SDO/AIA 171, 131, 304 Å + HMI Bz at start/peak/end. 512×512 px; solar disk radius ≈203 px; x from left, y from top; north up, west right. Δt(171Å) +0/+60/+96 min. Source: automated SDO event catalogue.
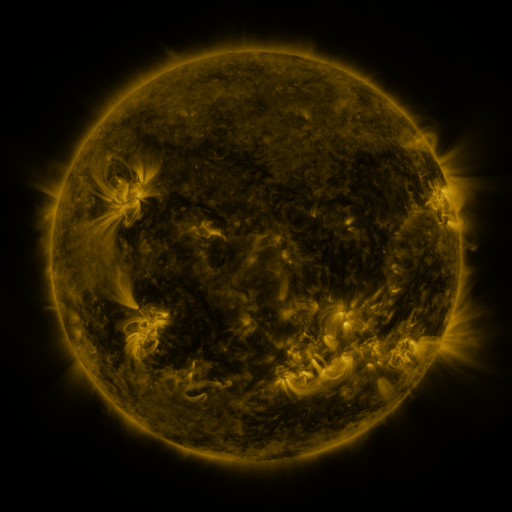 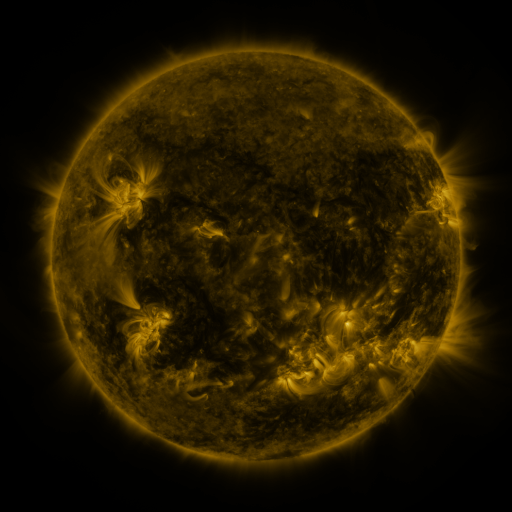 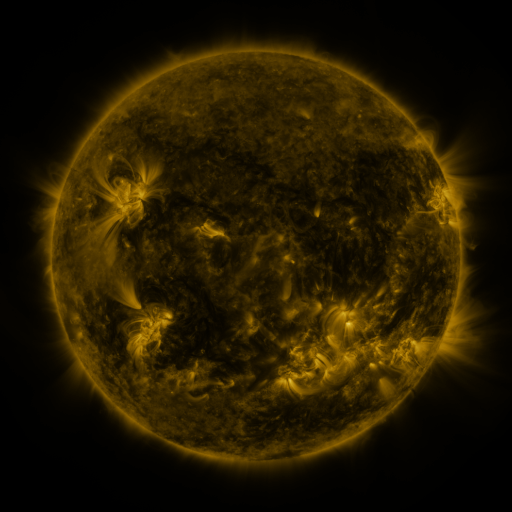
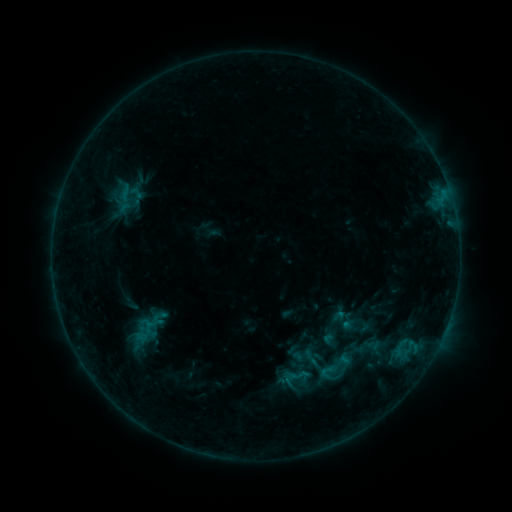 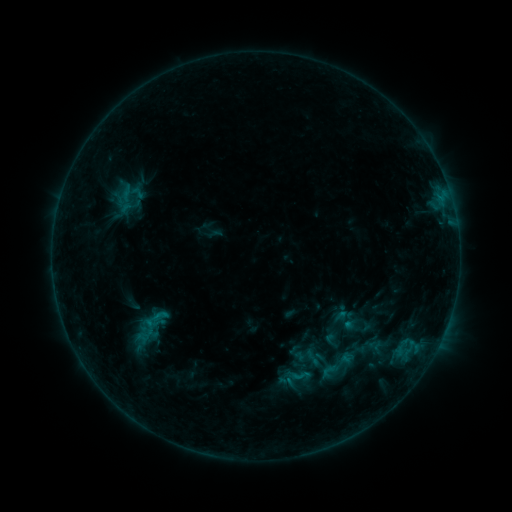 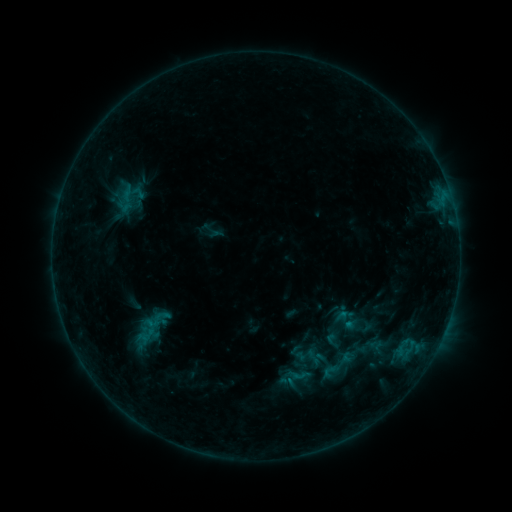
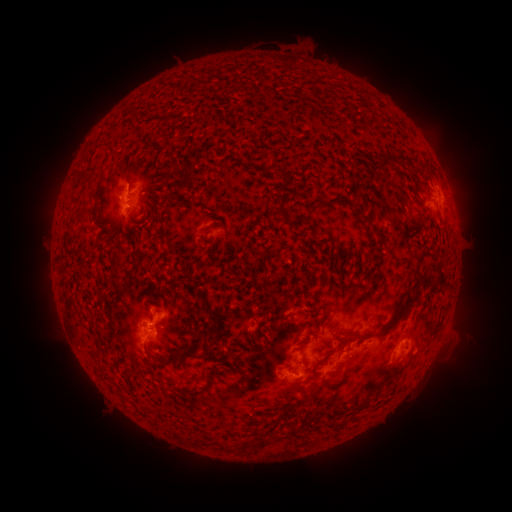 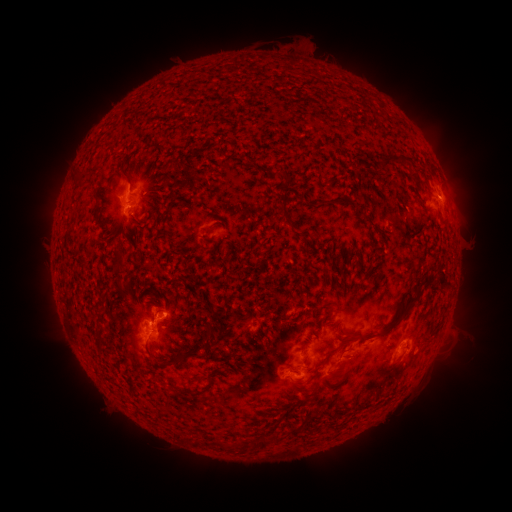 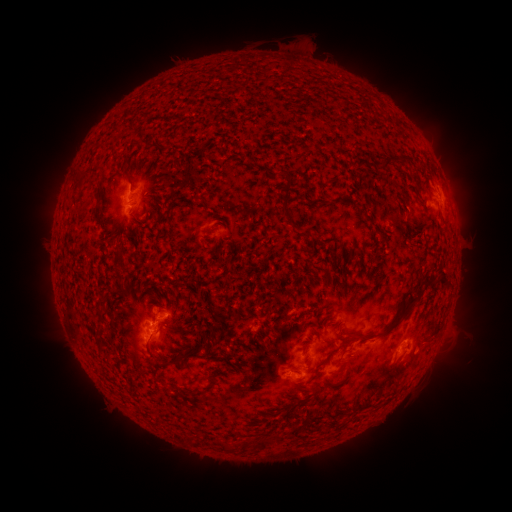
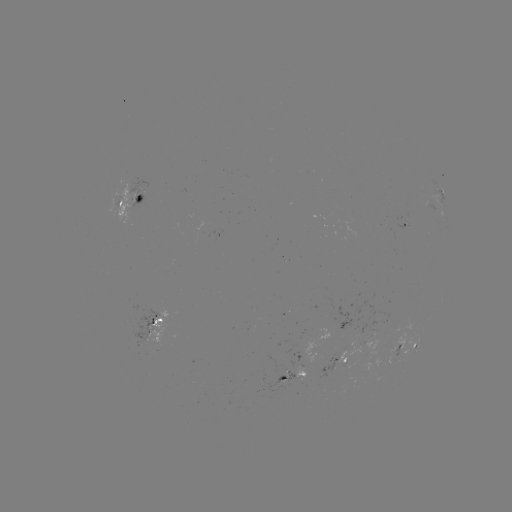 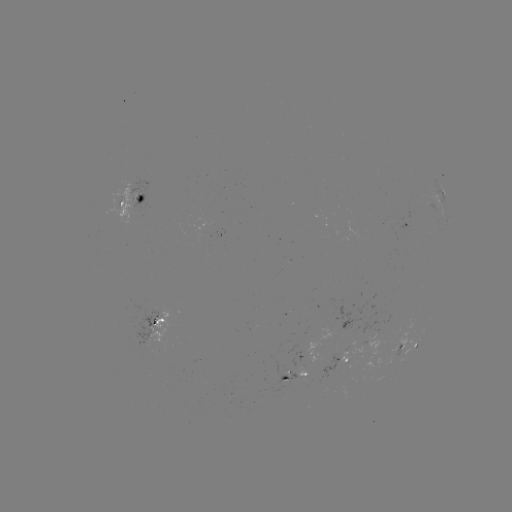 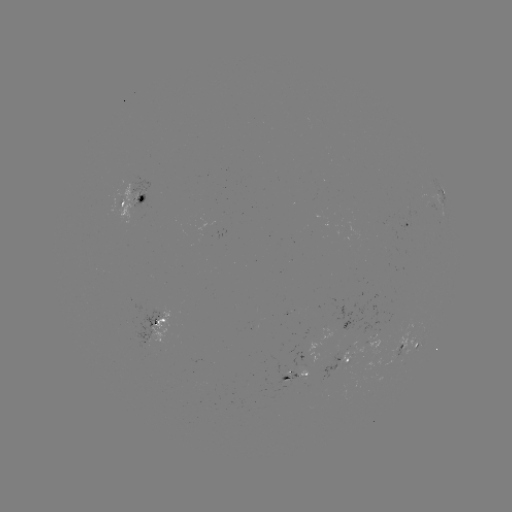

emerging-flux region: <bbox>268, 379, 290, 392</bbox>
